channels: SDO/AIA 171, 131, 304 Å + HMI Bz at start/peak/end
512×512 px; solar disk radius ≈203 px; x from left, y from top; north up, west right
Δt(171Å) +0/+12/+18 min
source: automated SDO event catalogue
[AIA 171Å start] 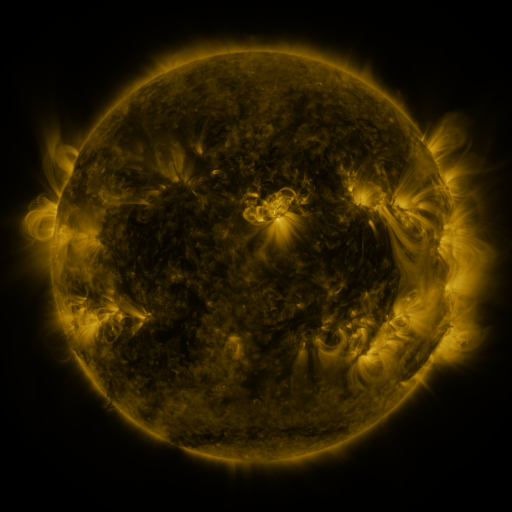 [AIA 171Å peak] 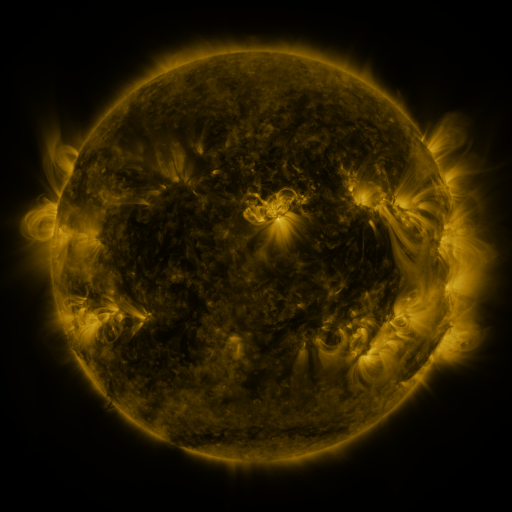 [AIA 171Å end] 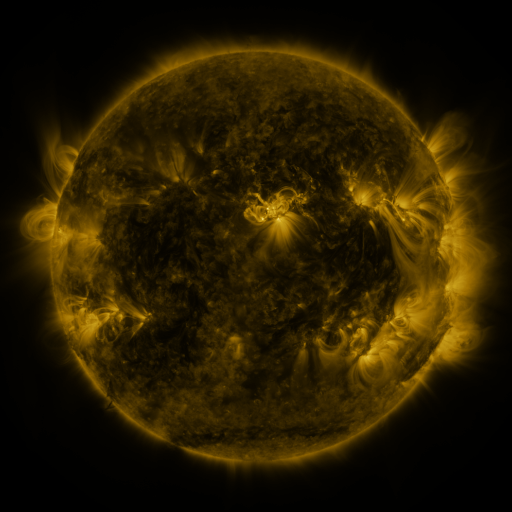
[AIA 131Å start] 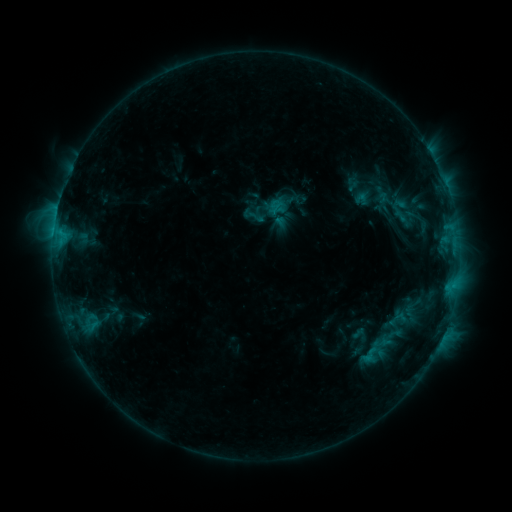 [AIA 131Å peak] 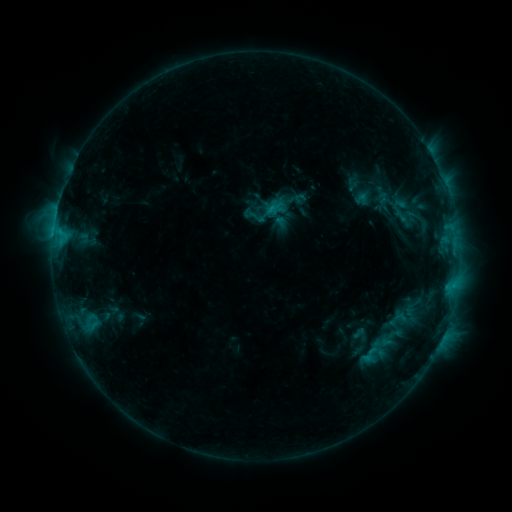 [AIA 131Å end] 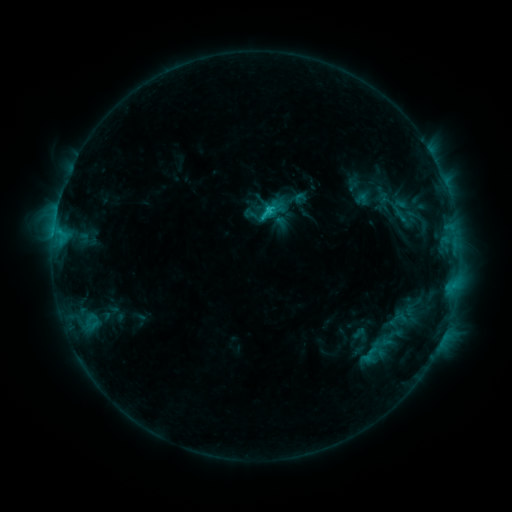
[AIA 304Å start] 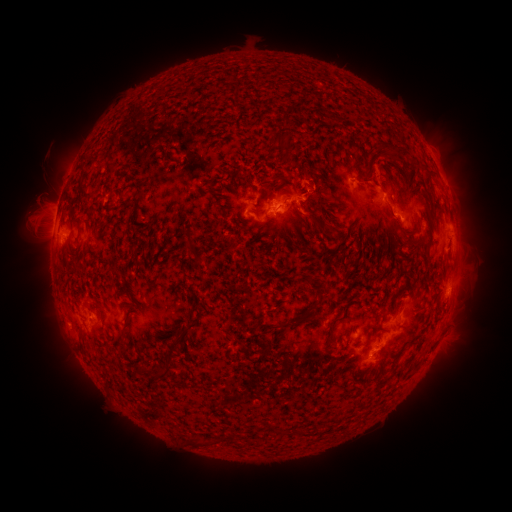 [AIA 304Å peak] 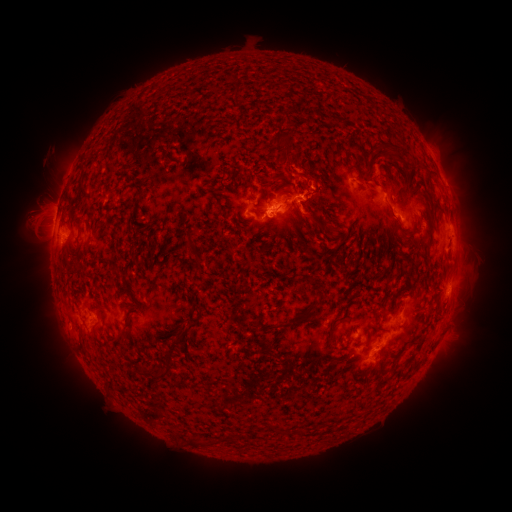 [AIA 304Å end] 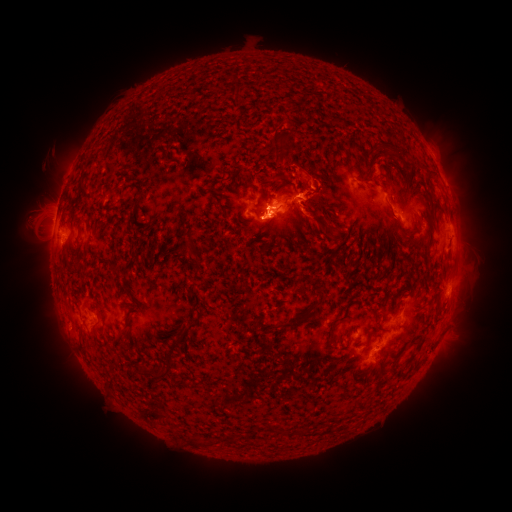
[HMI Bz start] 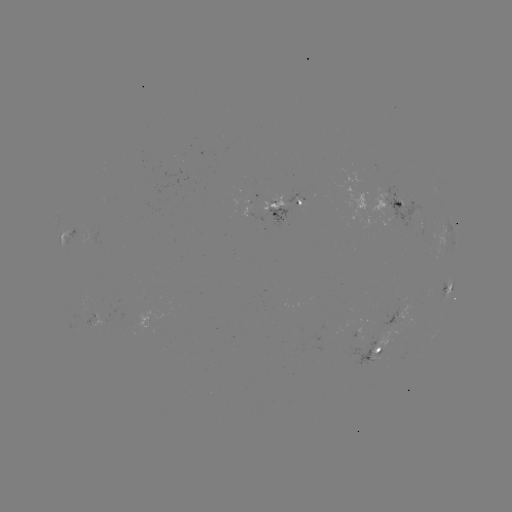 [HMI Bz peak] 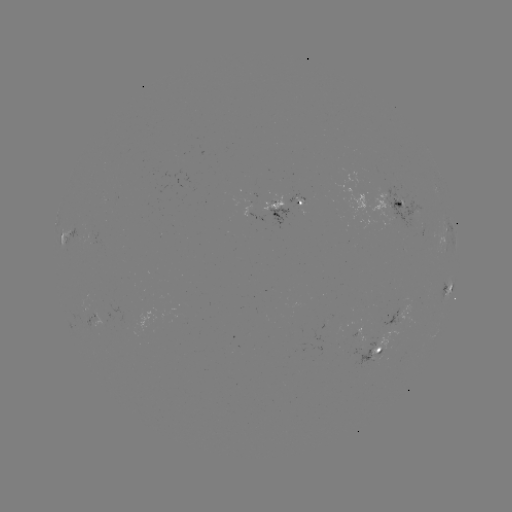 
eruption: [254, 138, 329, 196]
